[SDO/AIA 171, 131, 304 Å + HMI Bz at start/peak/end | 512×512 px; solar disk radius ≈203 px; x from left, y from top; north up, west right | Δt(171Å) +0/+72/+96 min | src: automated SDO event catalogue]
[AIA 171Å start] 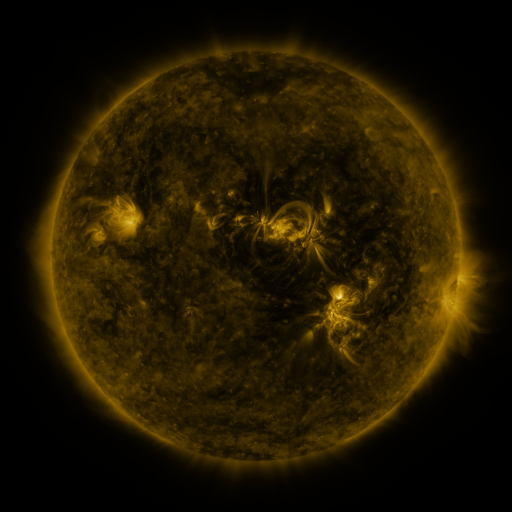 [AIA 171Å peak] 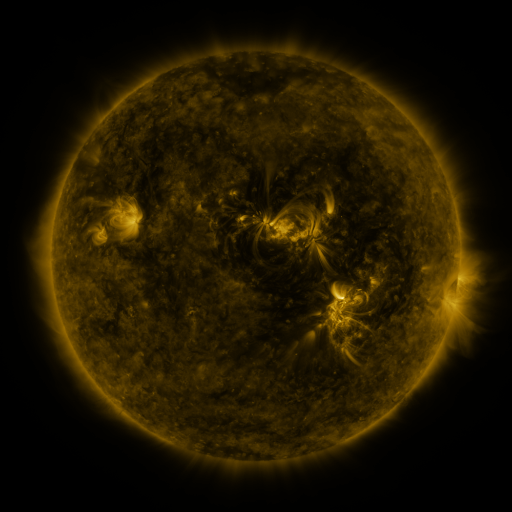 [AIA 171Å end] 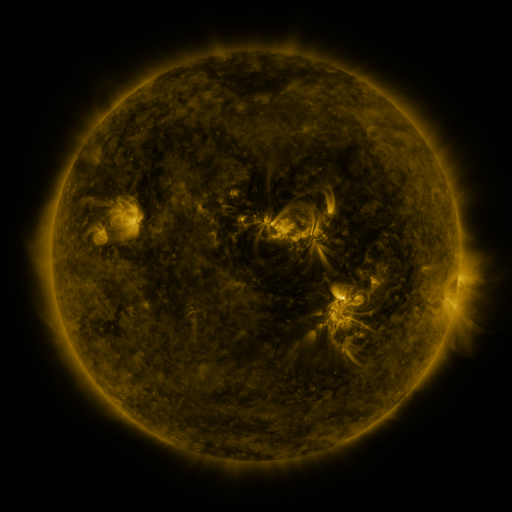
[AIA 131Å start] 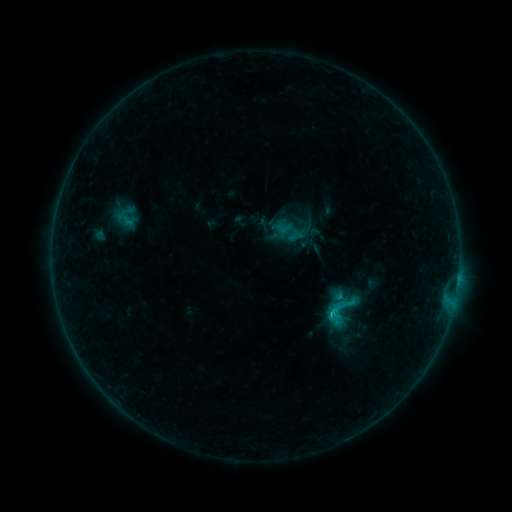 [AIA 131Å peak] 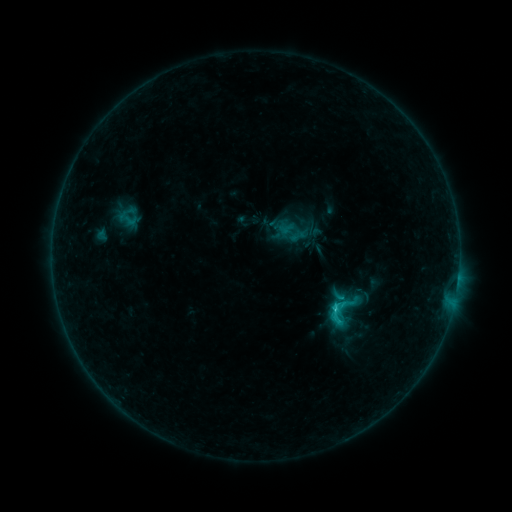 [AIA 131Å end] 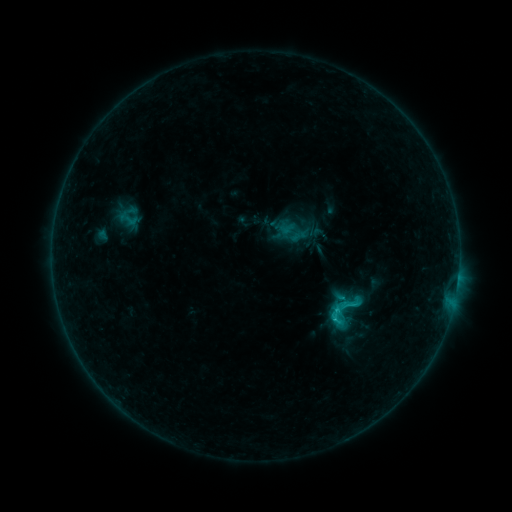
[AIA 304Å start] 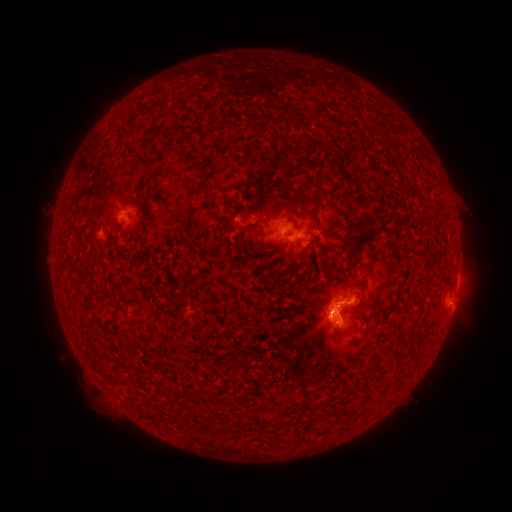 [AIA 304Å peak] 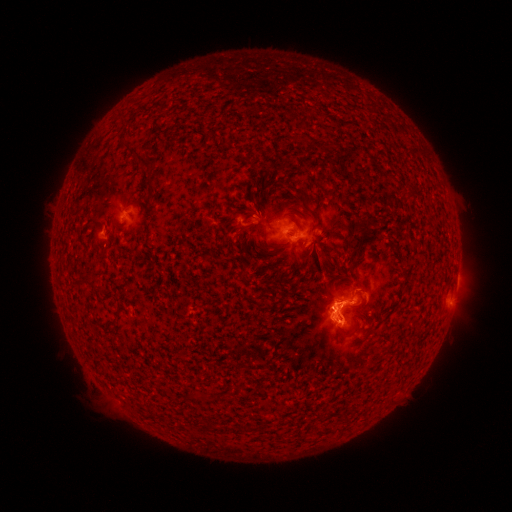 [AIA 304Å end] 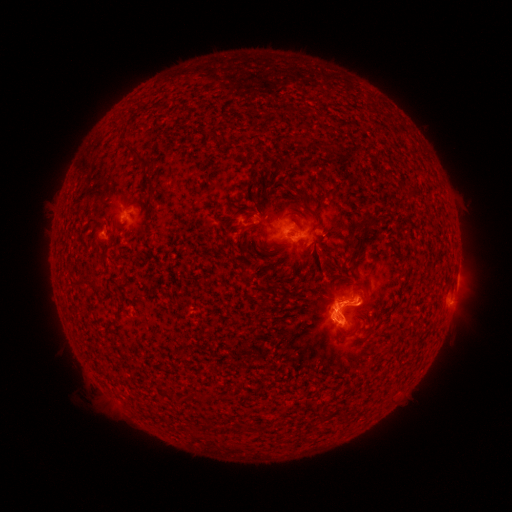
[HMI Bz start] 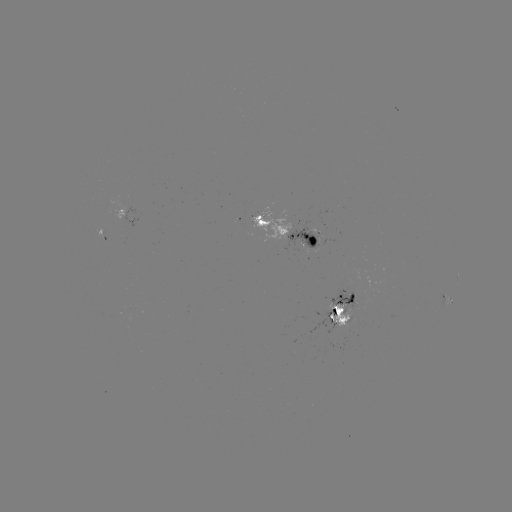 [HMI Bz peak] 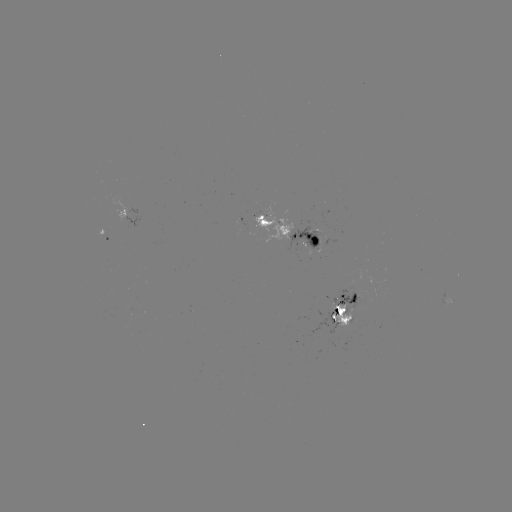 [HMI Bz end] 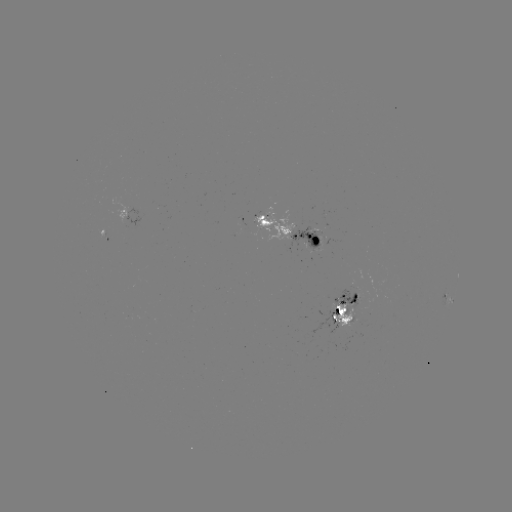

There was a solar emerging-flux region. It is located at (335, 306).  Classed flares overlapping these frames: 2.